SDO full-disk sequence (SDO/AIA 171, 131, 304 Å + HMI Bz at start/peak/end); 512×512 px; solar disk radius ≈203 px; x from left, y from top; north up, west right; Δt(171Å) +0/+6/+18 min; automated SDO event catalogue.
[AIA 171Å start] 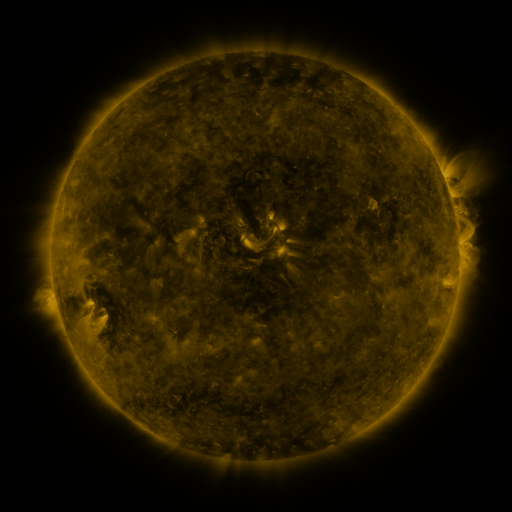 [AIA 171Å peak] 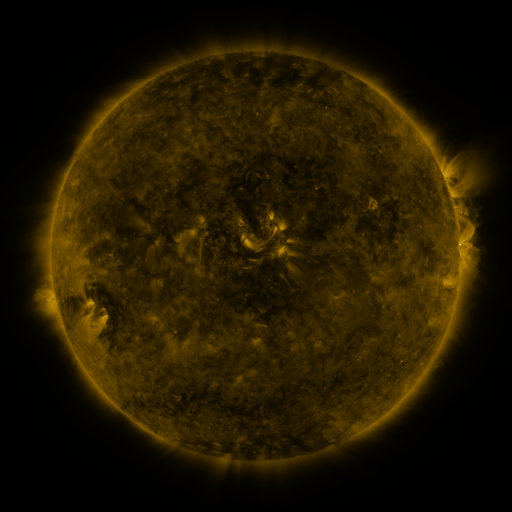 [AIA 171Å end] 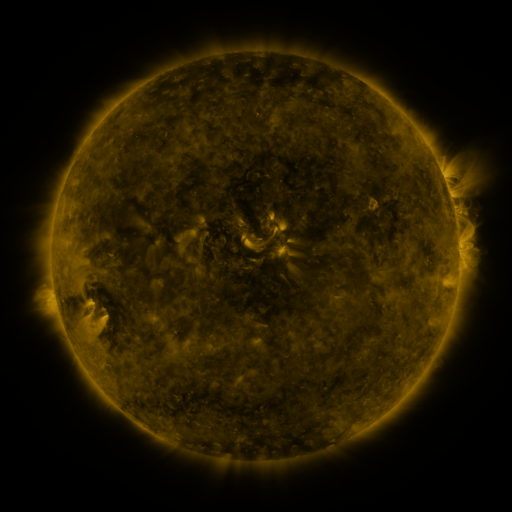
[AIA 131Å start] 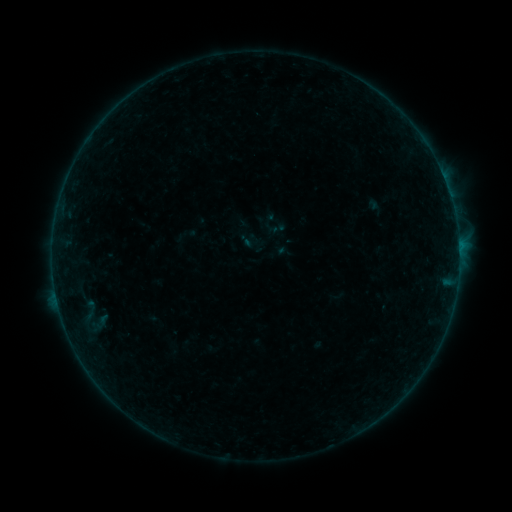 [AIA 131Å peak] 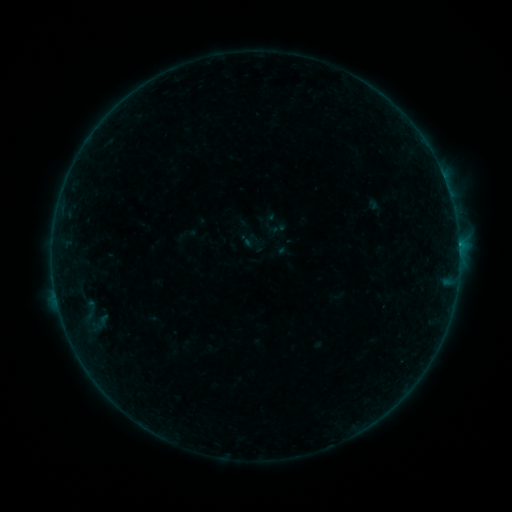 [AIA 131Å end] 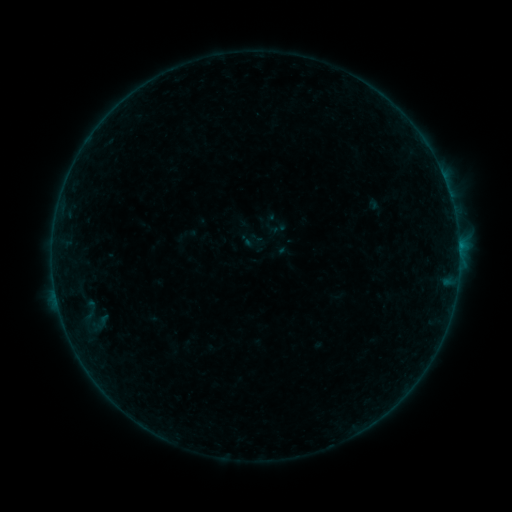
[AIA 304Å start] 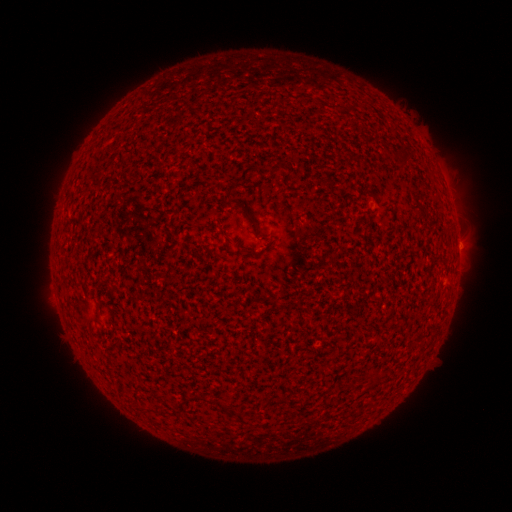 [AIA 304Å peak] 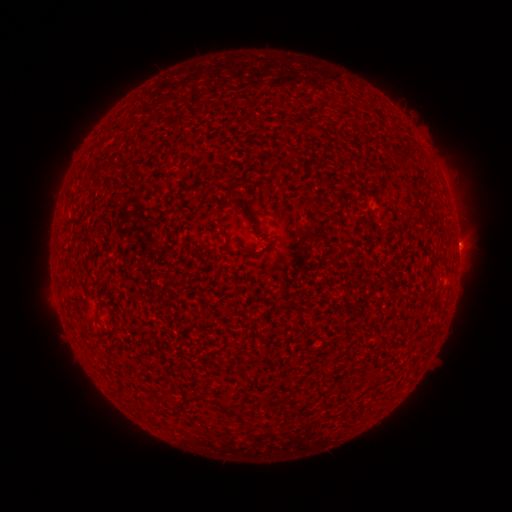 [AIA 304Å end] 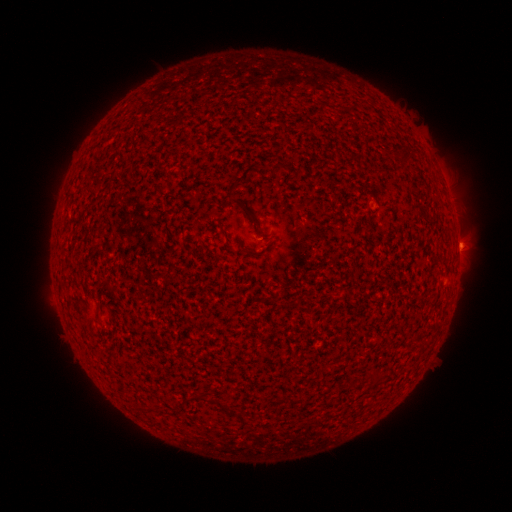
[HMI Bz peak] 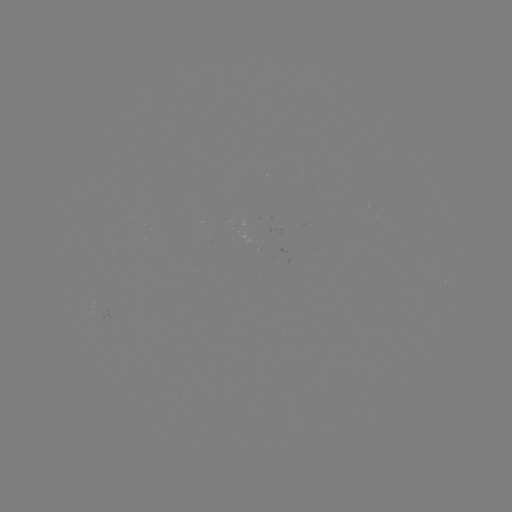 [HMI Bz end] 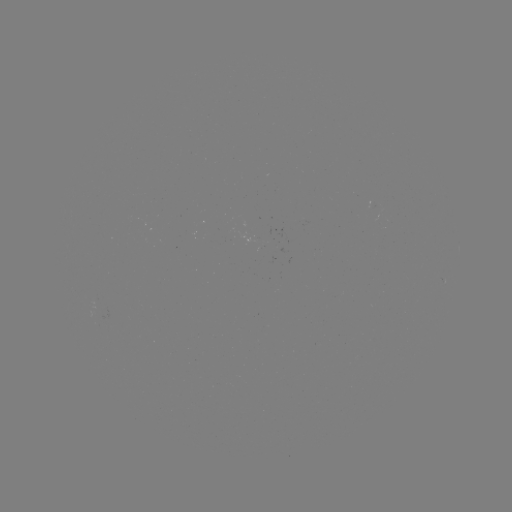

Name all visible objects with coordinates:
B1.5 flare: (458, 245)
